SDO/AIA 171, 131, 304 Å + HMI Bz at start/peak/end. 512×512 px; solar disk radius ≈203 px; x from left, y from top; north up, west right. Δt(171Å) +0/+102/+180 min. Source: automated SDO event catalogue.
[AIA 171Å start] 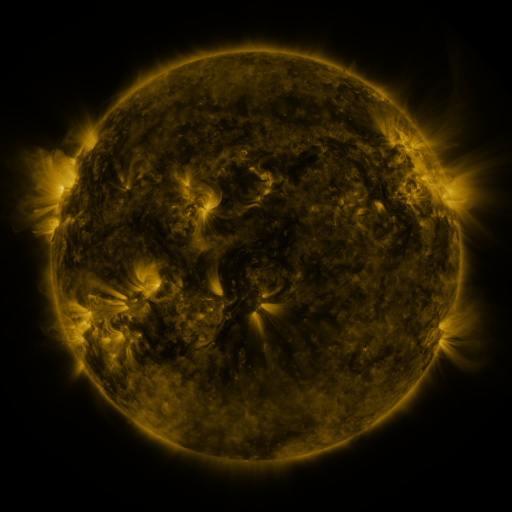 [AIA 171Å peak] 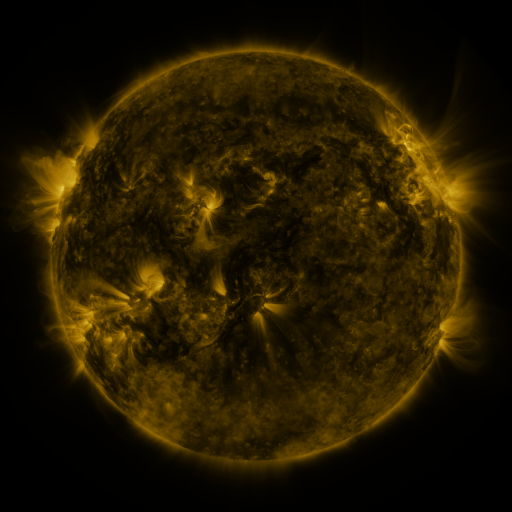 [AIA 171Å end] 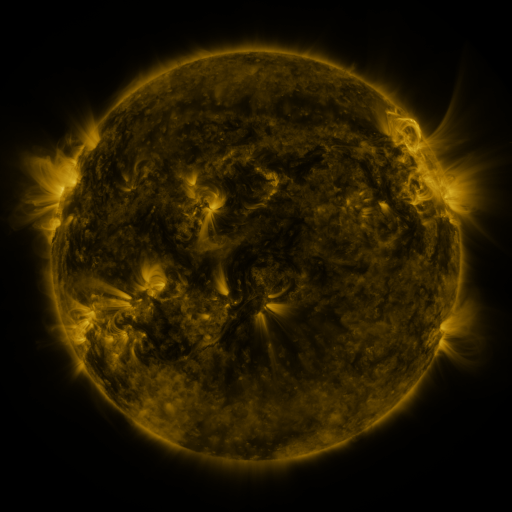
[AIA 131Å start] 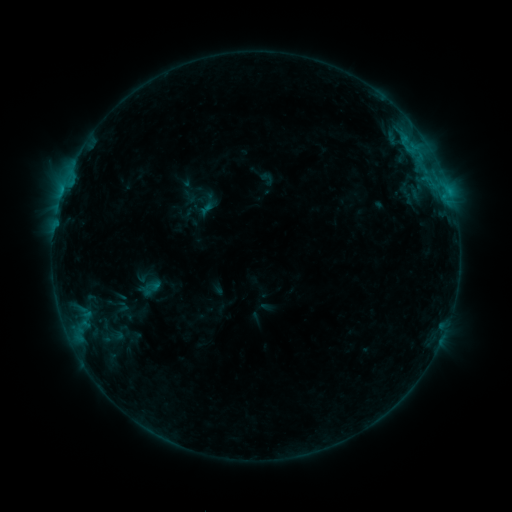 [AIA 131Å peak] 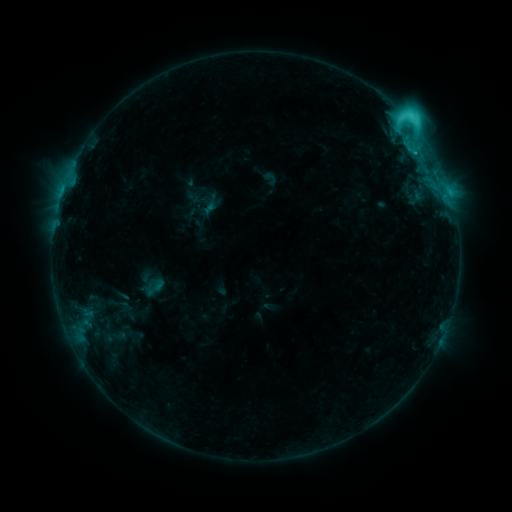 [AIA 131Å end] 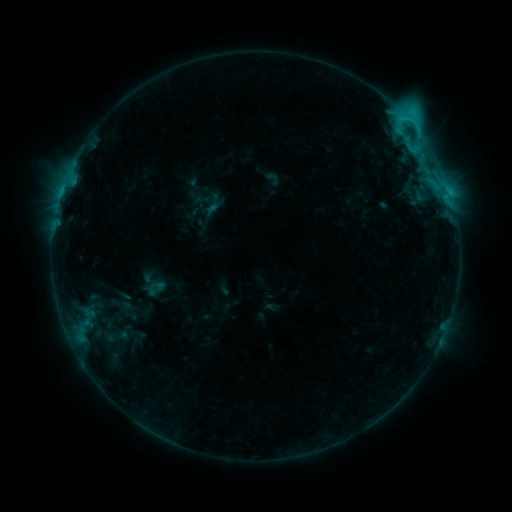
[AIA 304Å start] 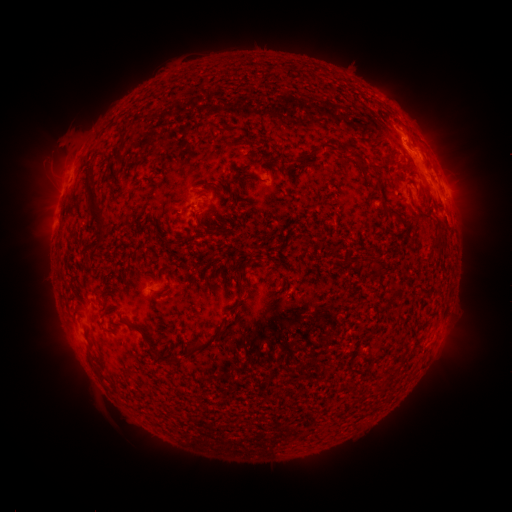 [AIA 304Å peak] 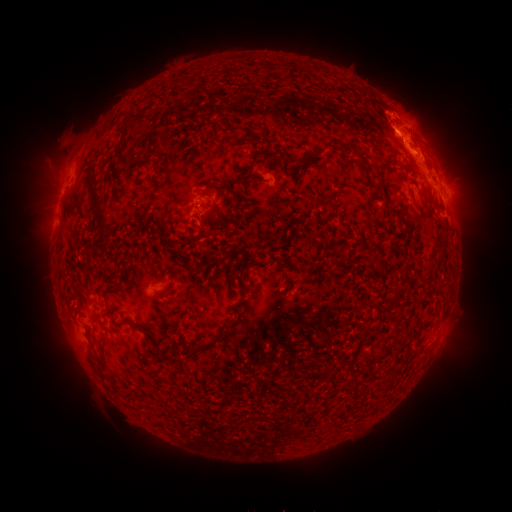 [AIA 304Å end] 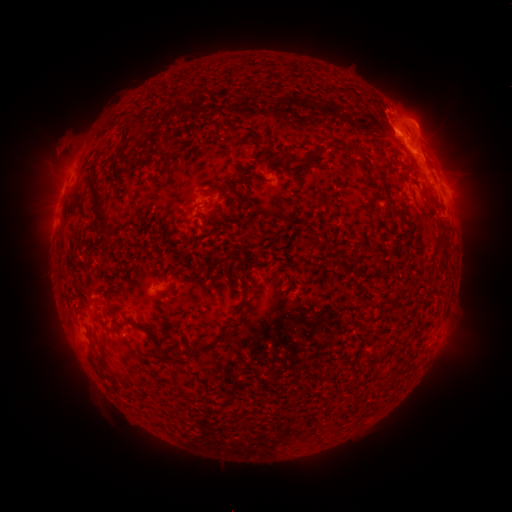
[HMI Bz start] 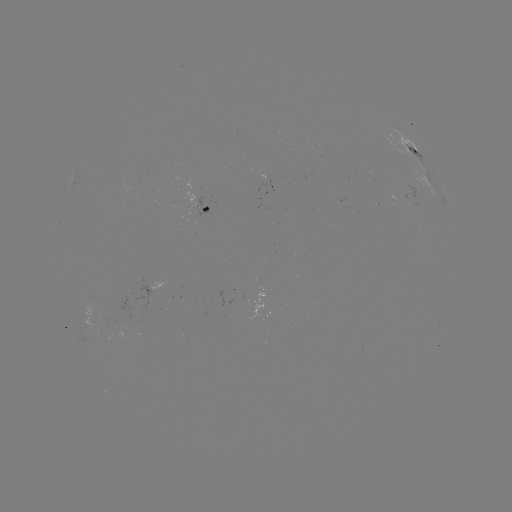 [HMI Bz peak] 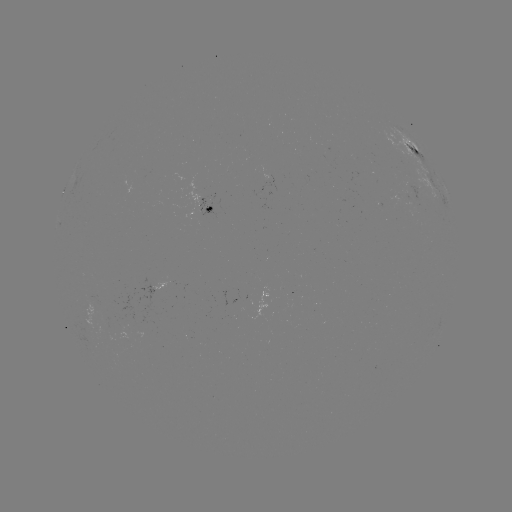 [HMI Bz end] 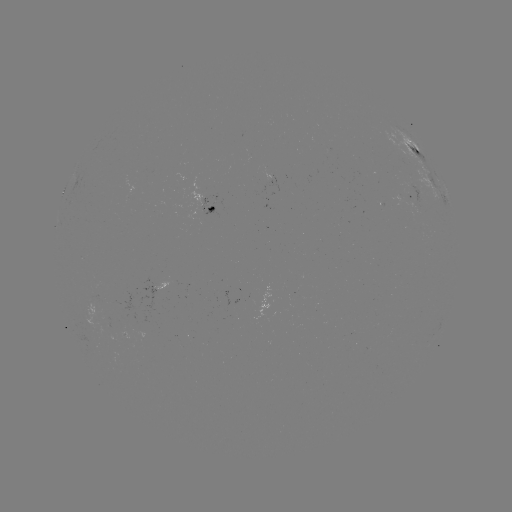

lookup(C6.4 flare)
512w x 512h (408, 121)